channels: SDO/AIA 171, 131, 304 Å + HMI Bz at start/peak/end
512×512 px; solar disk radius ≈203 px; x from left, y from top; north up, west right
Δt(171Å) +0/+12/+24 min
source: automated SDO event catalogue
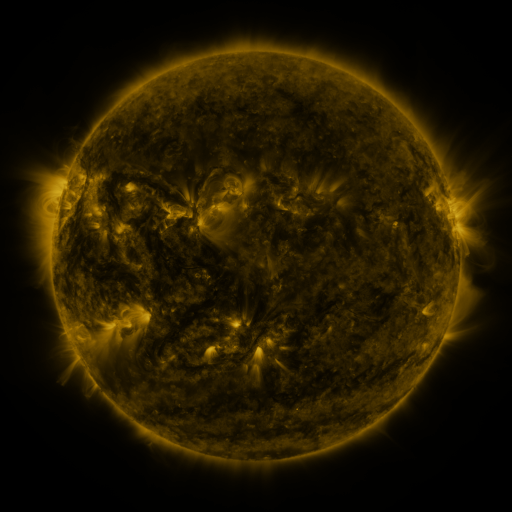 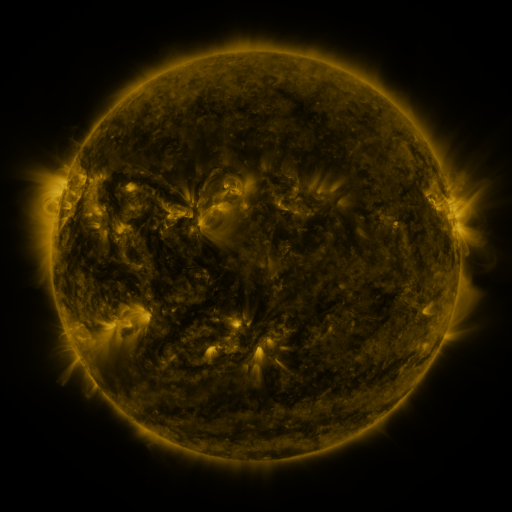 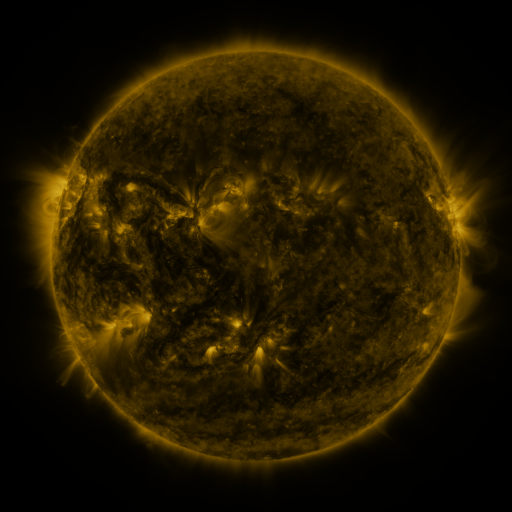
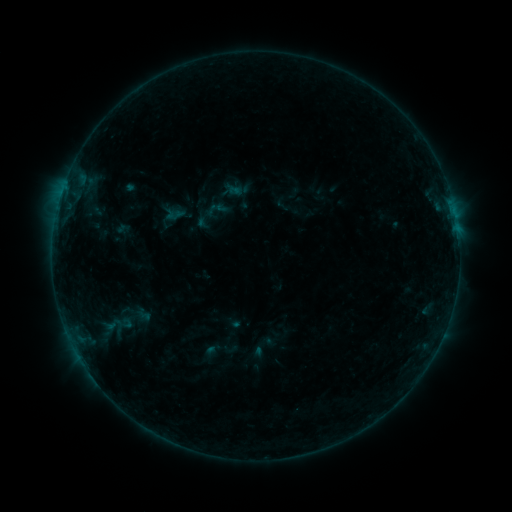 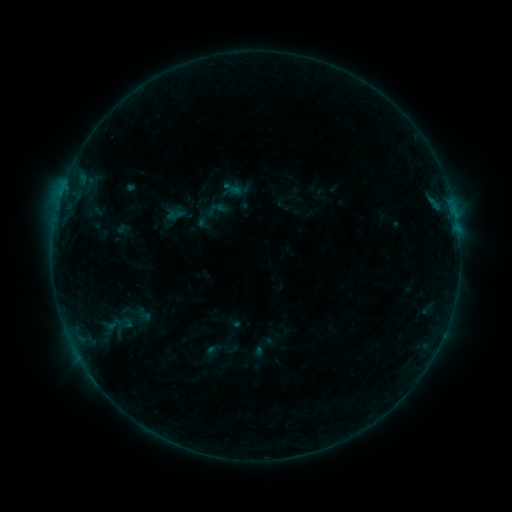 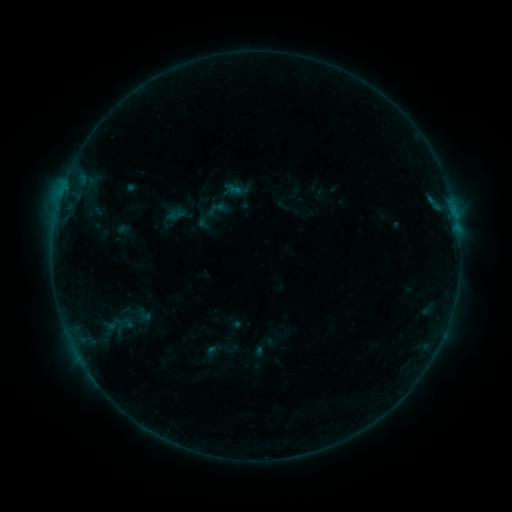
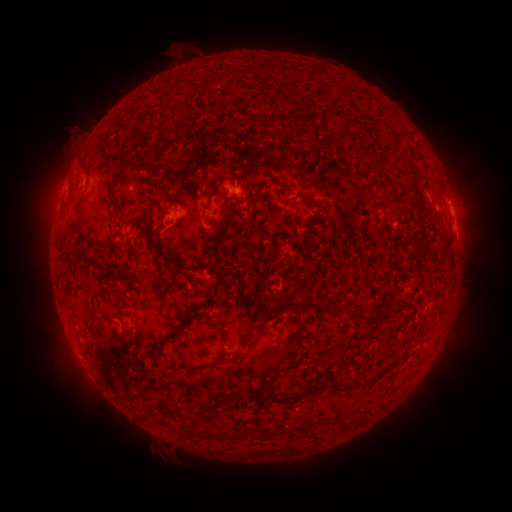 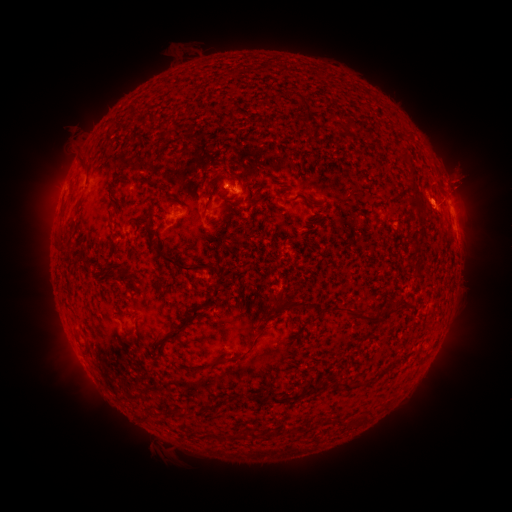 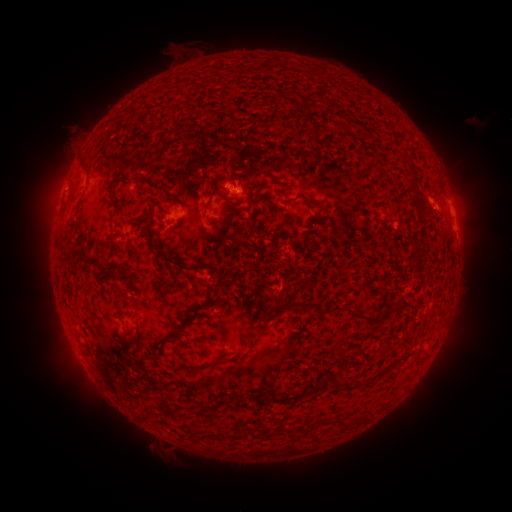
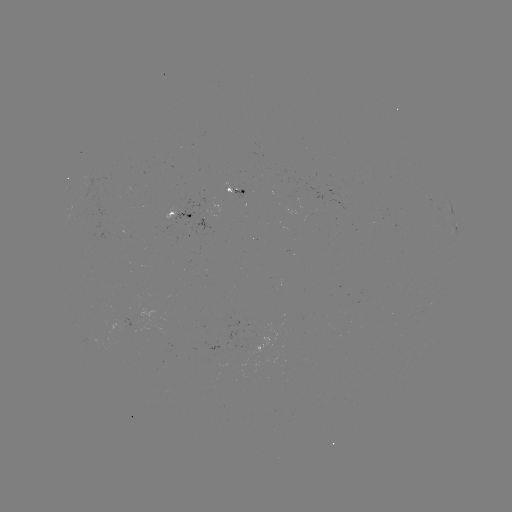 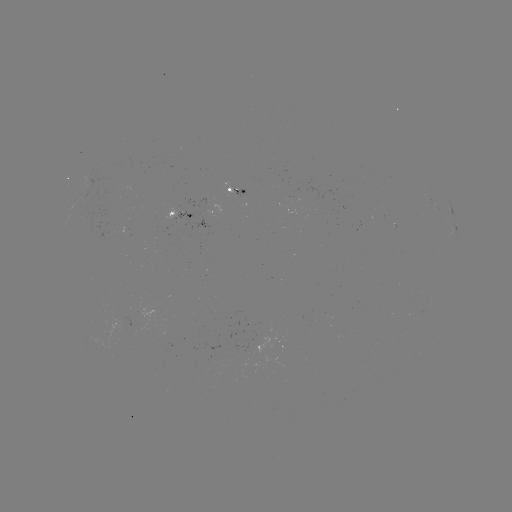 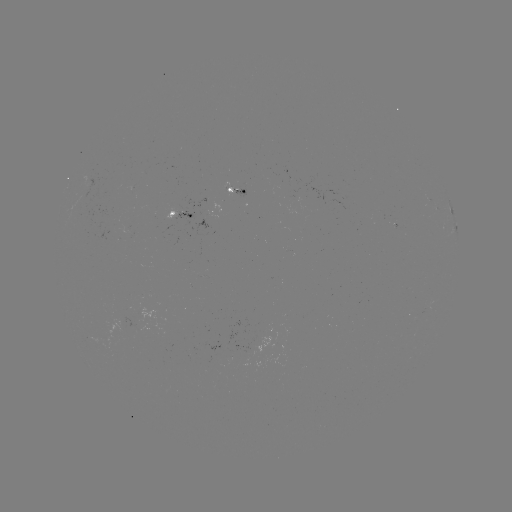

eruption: (397, 114, 505, 234)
